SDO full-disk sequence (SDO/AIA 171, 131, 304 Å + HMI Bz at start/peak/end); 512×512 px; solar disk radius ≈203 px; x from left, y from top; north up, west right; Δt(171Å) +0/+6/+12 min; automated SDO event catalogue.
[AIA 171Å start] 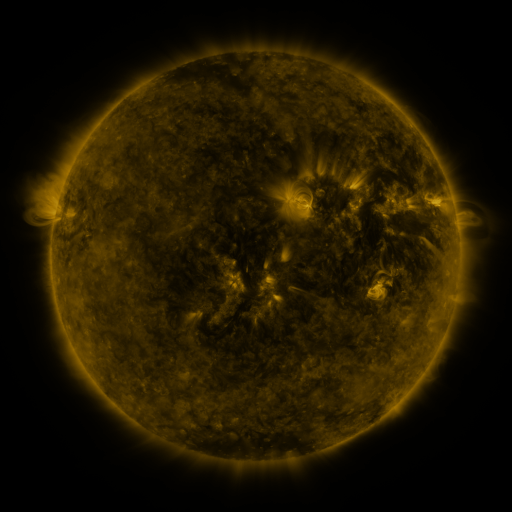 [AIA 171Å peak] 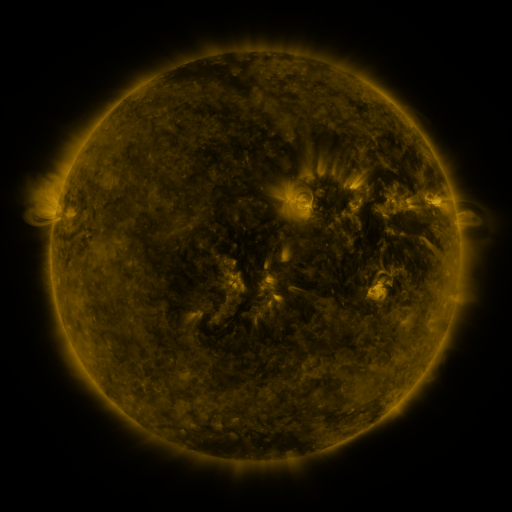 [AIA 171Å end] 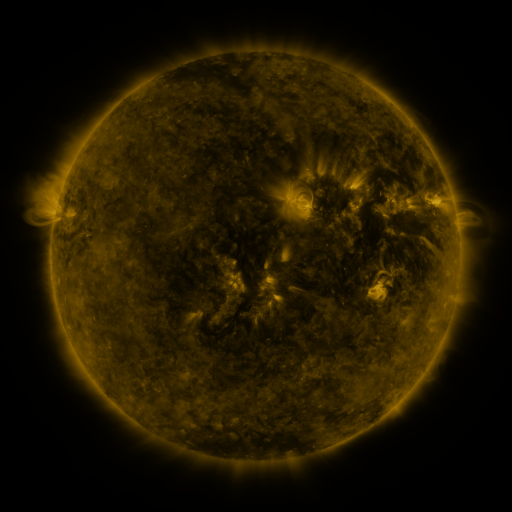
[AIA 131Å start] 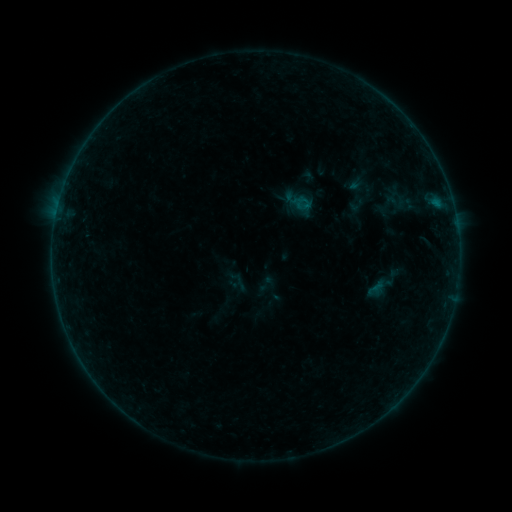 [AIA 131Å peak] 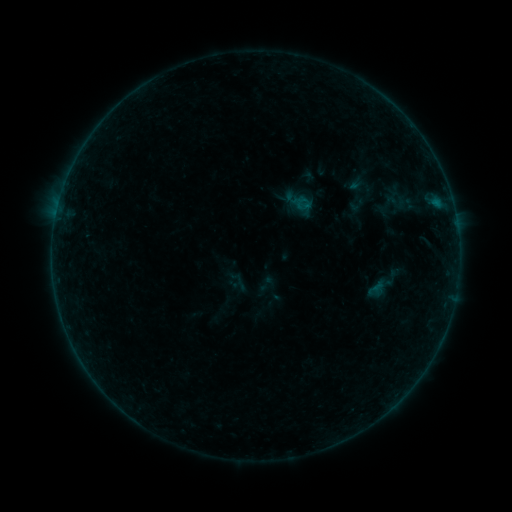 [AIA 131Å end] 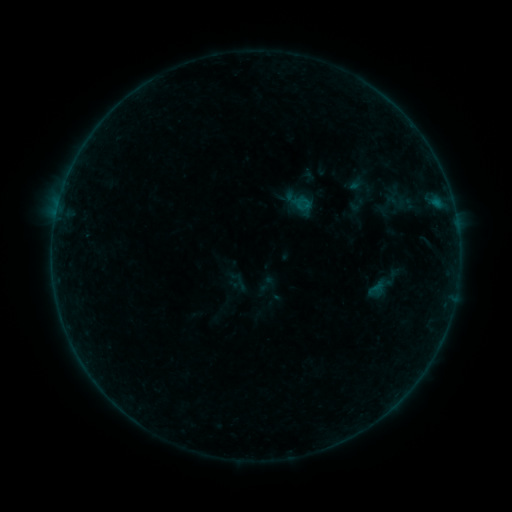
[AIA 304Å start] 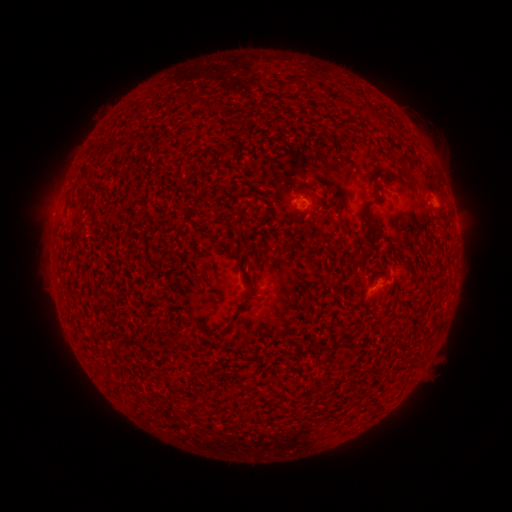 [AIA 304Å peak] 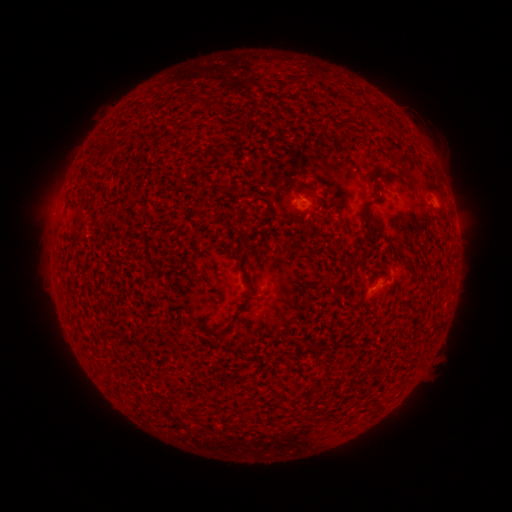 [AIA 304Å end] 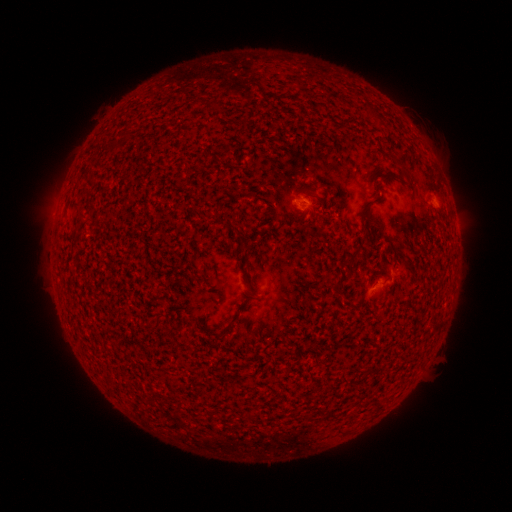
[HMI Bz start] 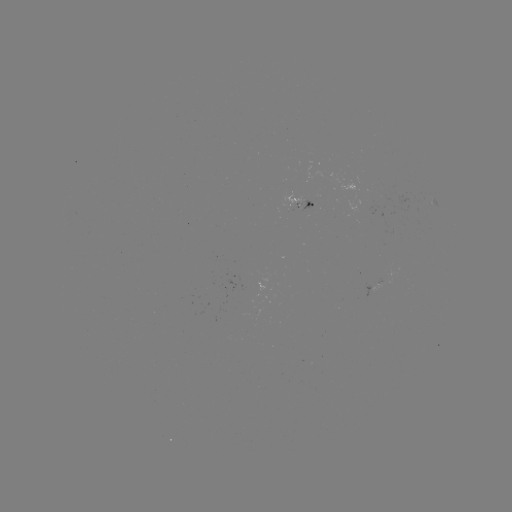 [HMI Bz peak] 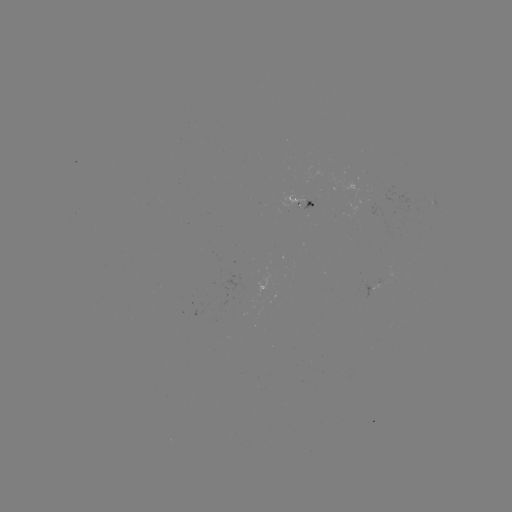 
nothing was catalogued: no classed flare, no EUV trigger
